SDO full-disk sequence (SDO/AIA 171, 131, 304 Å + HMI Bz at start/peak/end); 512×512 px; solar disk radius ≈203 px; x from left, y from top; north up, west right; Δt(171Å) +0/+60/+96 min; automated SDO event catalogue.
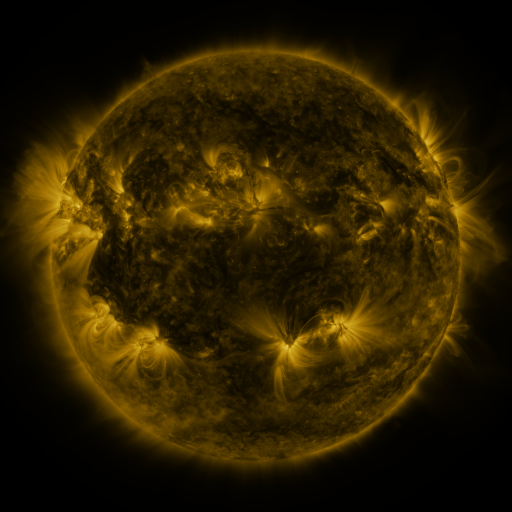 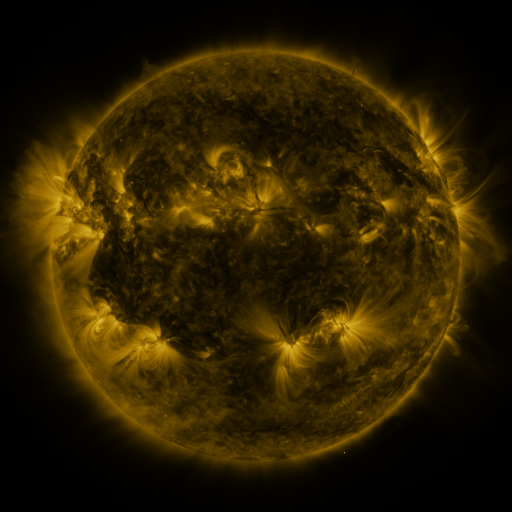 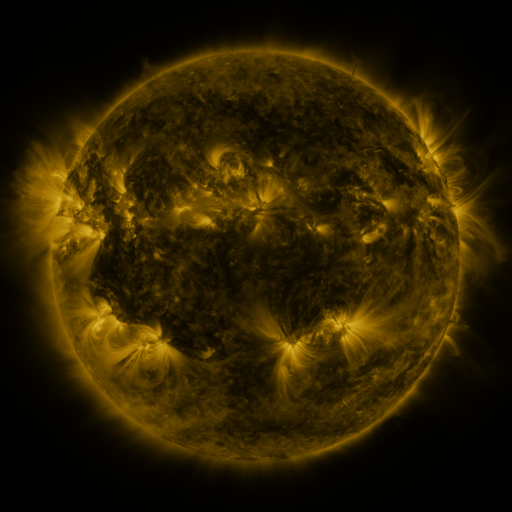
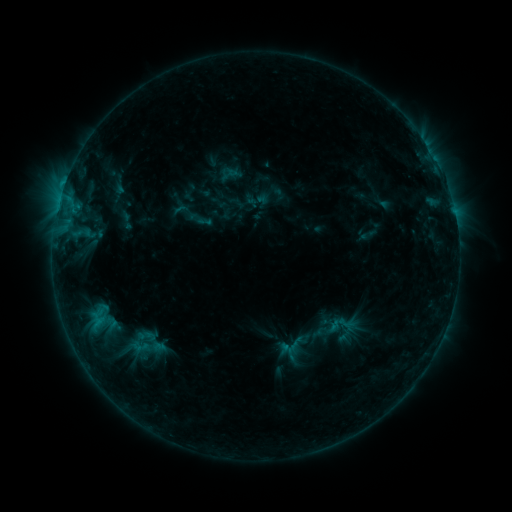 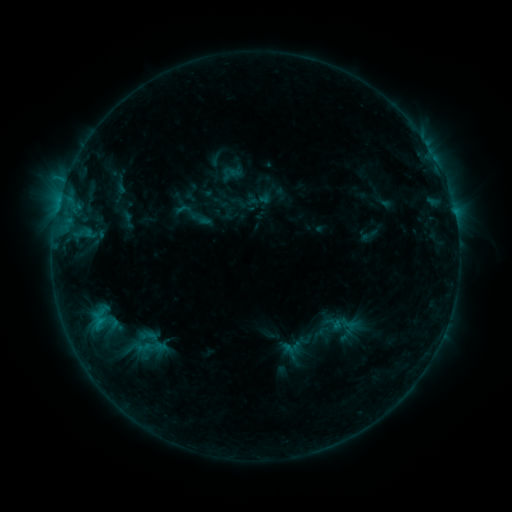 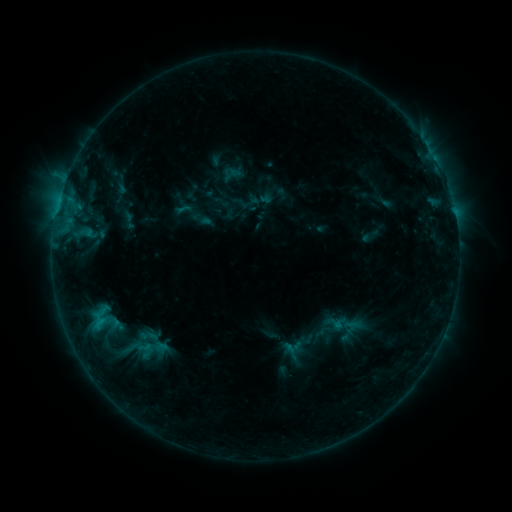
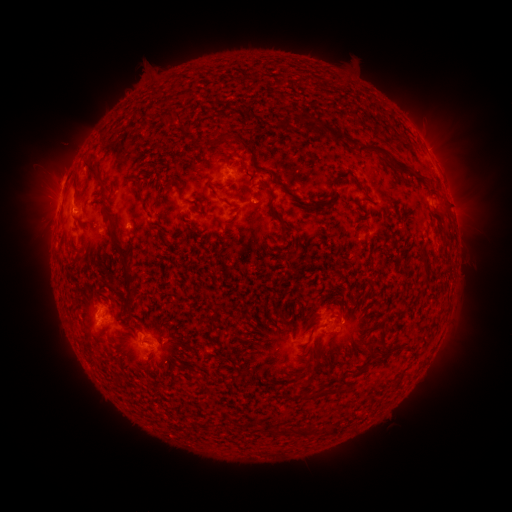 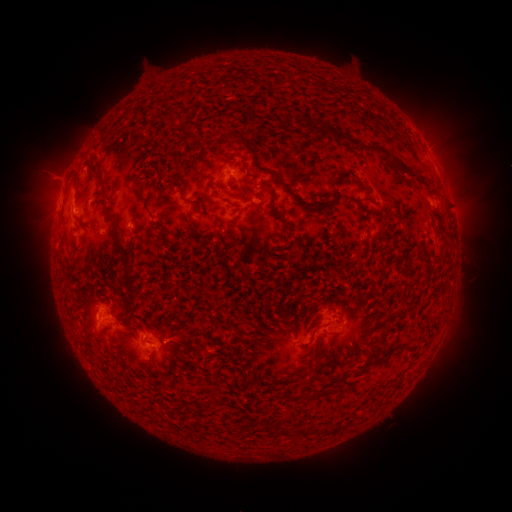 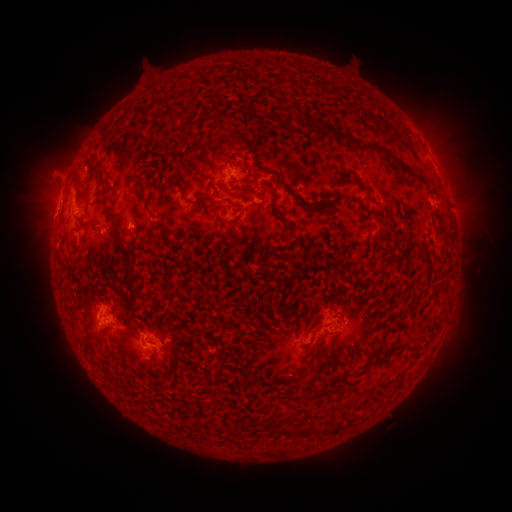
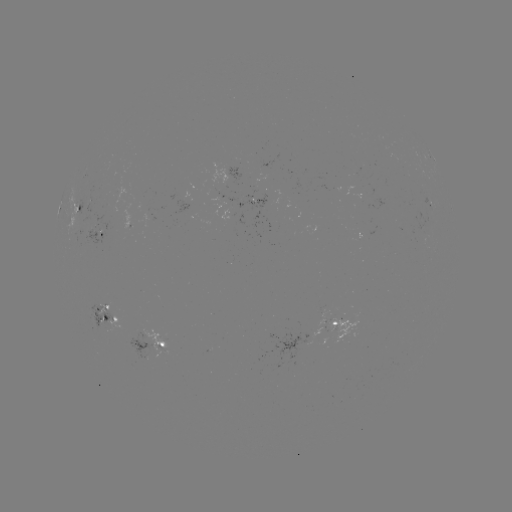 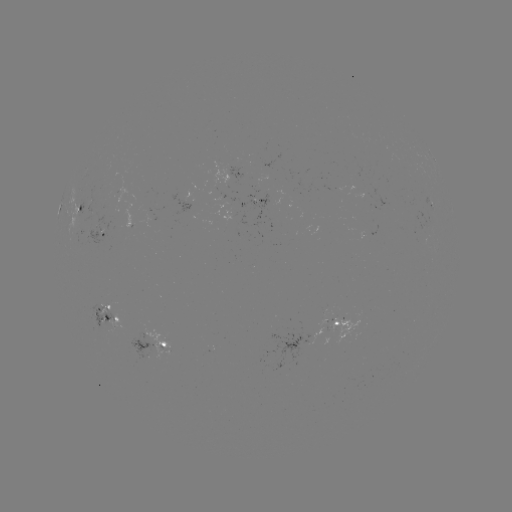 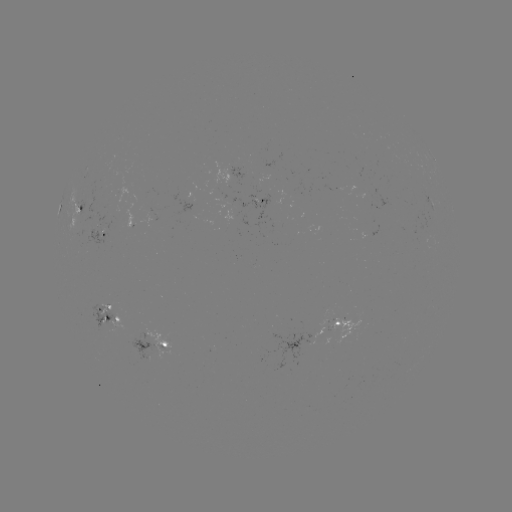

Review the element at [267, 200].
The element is emerging-flux region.